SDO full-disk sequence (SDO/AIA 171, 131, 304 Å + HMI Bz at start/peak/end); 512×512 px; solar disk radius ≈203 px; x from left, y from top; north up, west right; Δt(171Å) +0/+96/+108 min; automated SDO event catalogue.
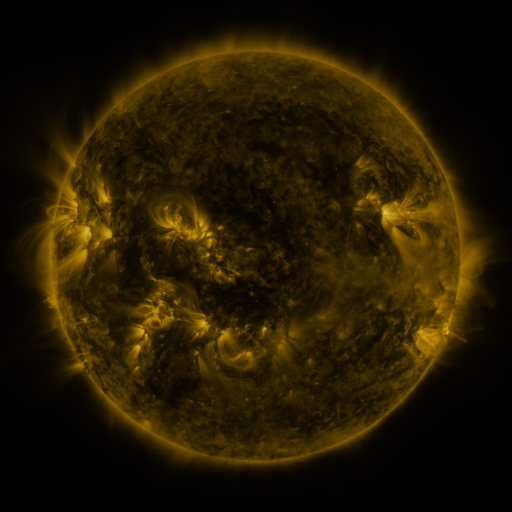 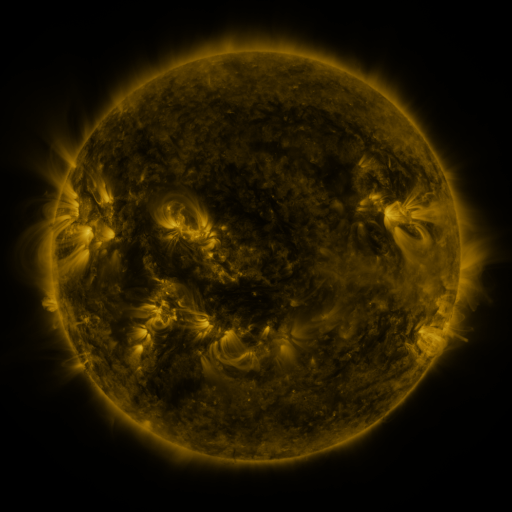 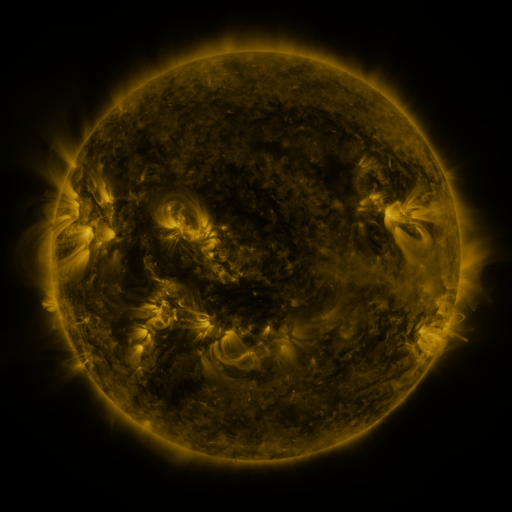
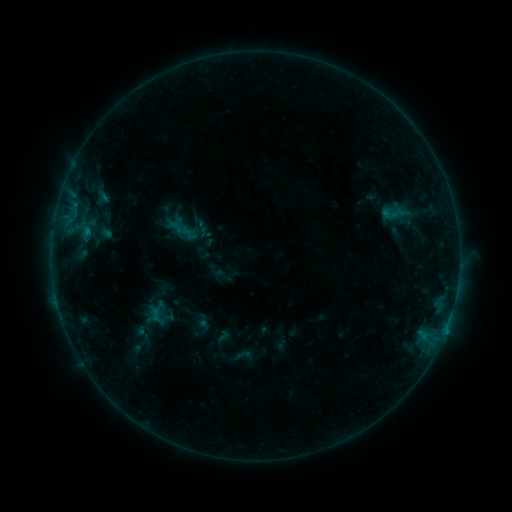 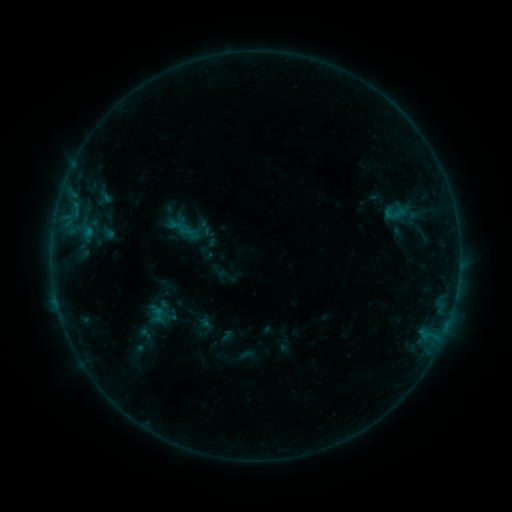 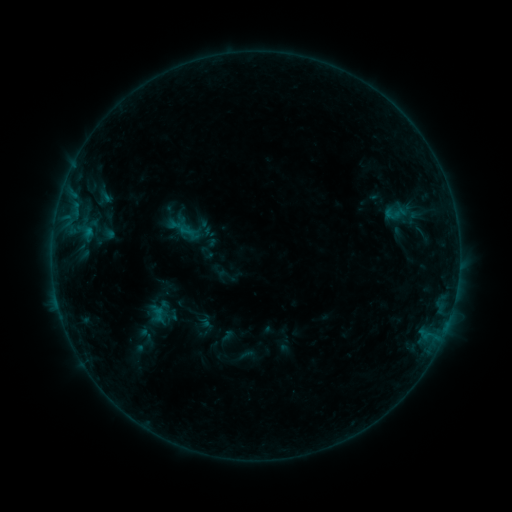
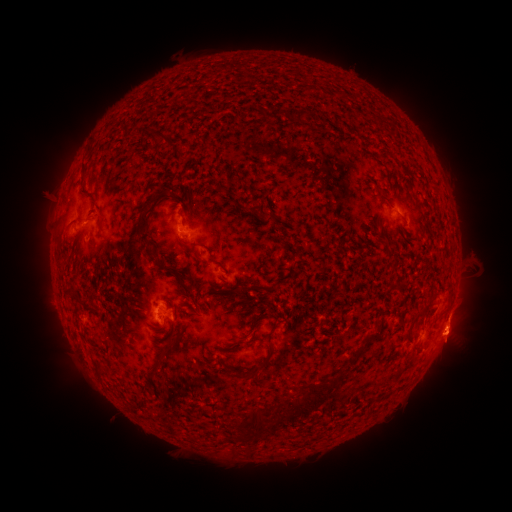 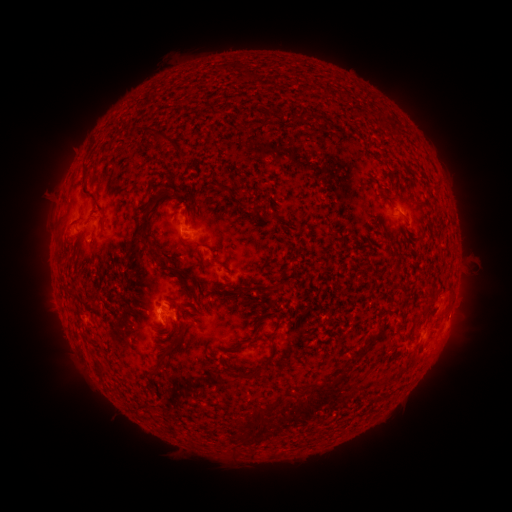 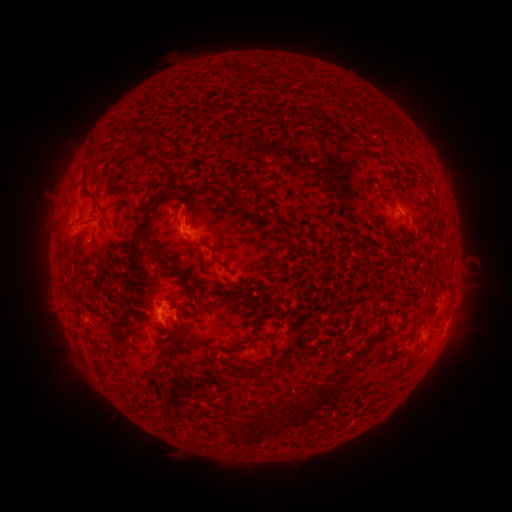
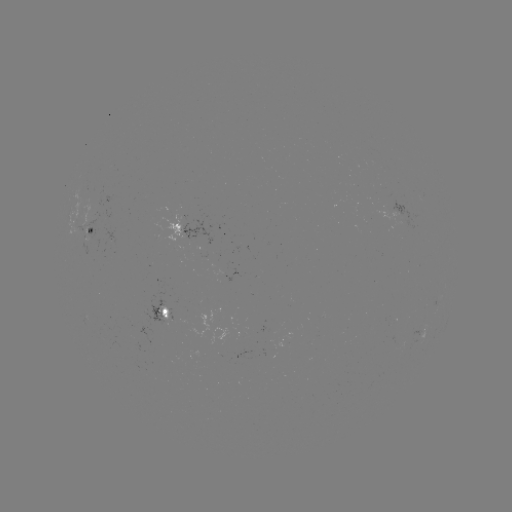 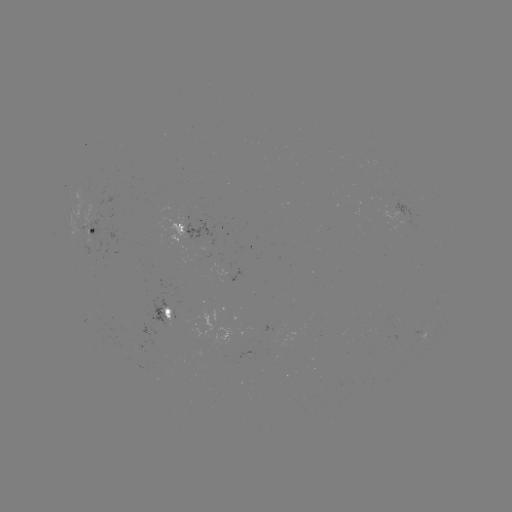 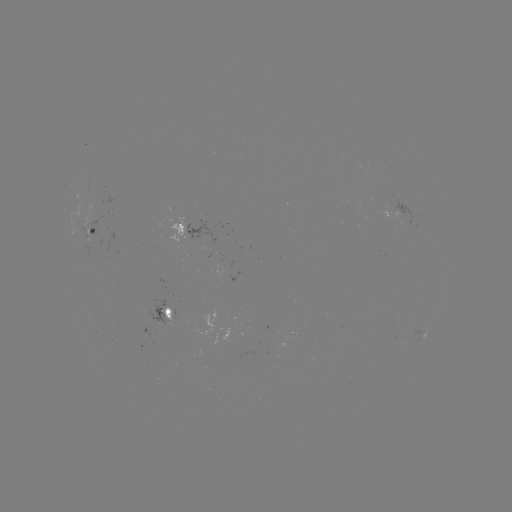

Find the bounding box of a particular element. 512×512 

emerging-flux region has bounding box [82, 197, 102, 228].